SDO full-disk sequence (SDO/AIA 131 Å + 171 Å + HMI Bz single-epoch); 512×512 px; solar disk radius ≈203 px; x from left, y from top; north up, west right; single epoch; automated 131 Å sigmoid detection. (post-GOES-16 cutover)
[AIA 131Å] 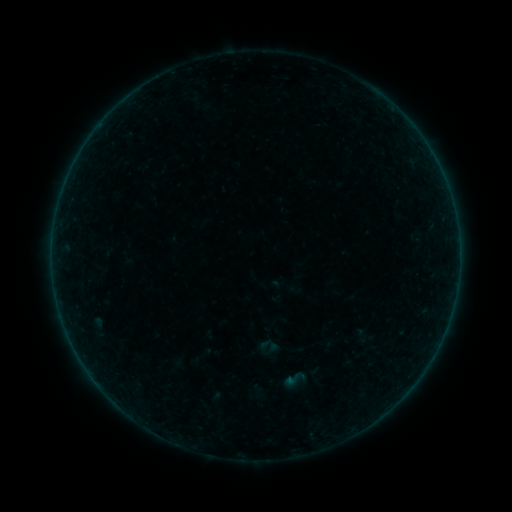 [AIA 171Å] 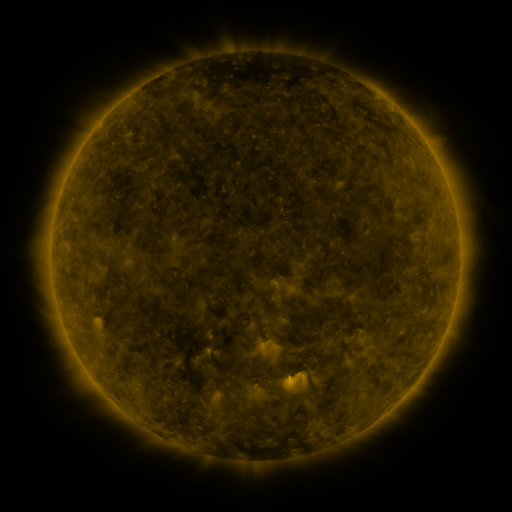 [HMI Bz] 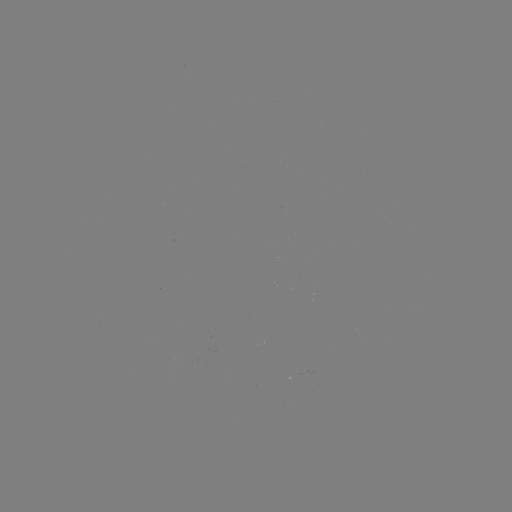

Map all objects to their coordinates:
sigmoid: (294, 379)
